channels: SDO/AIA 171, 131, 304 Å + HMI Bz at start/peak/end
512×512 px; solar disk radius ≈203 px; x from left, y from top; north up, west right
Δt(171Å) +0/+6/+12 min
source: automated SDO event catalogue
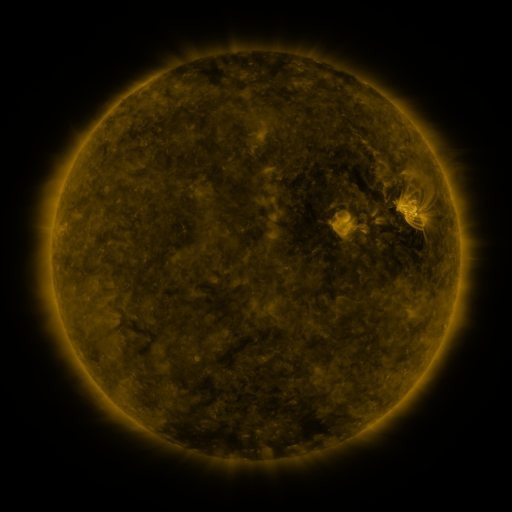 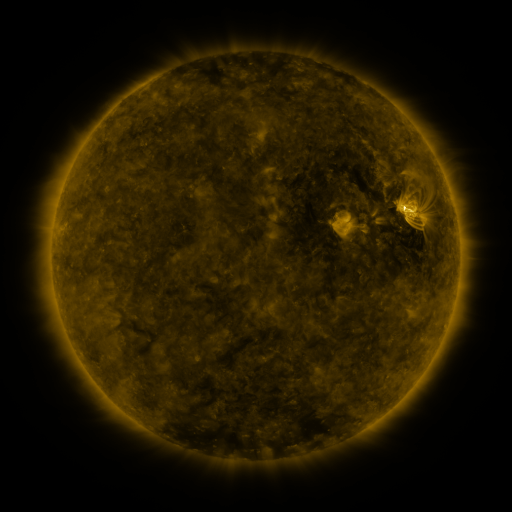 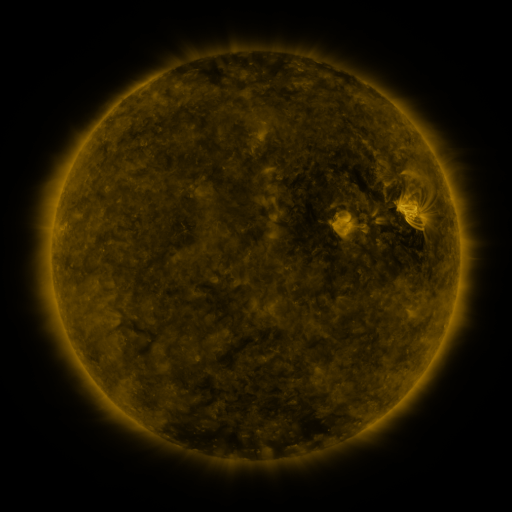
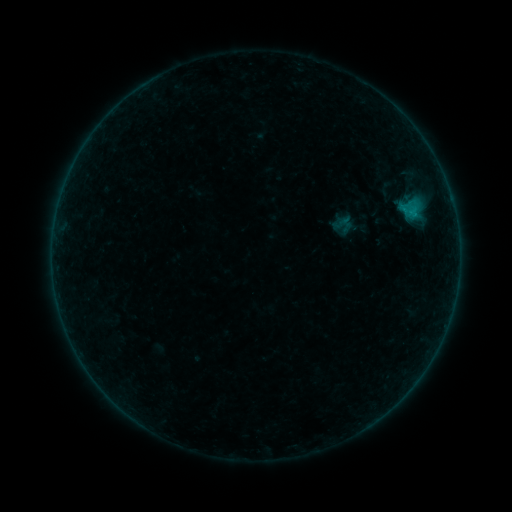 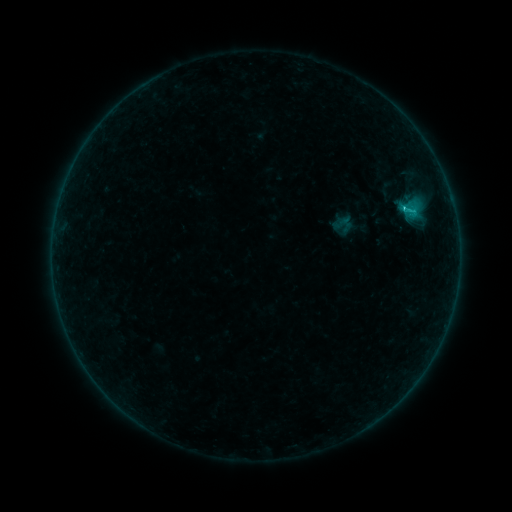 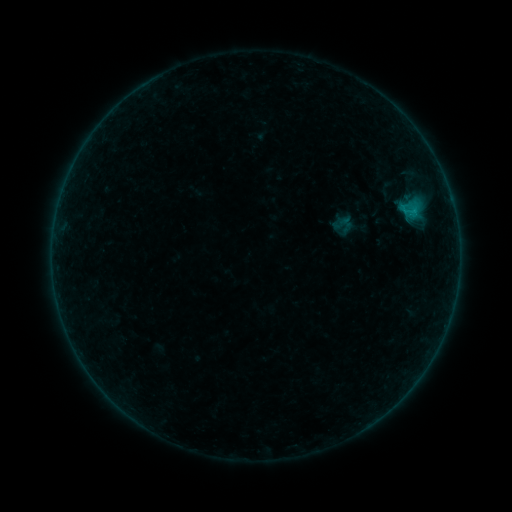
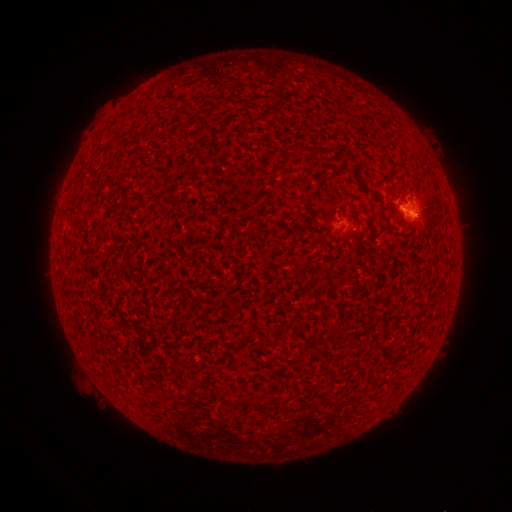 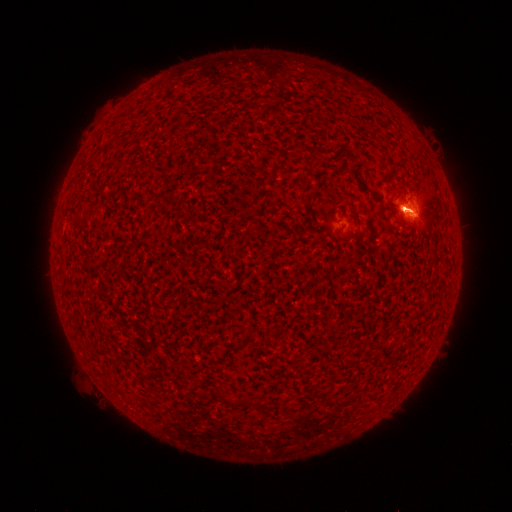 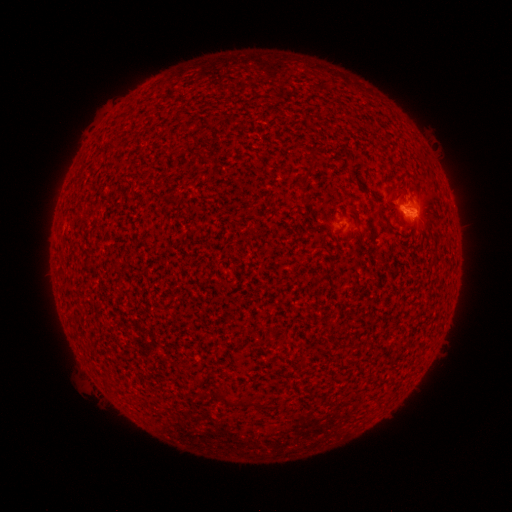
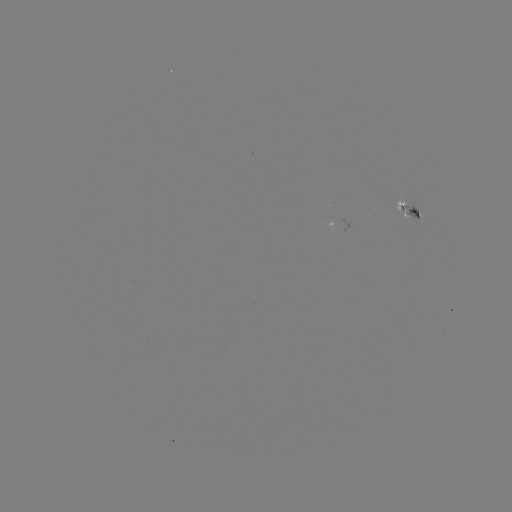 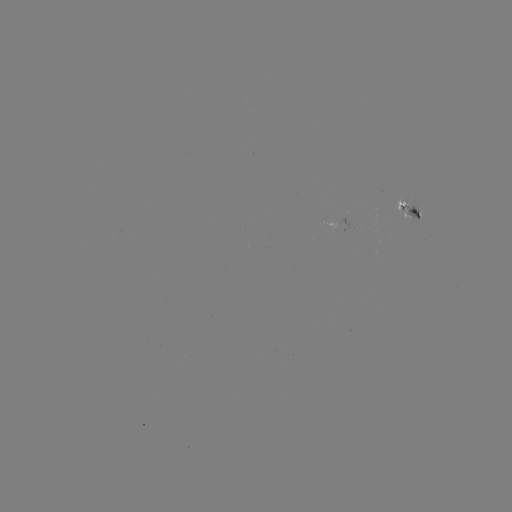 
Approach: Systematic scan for B6.7 flare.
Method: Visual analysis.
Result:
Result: B6.7 flare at (403, 211).